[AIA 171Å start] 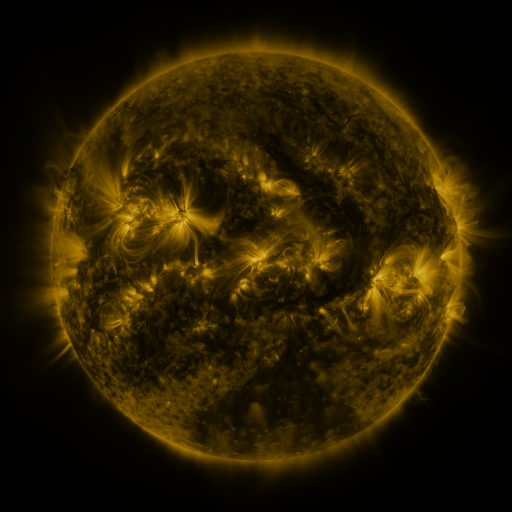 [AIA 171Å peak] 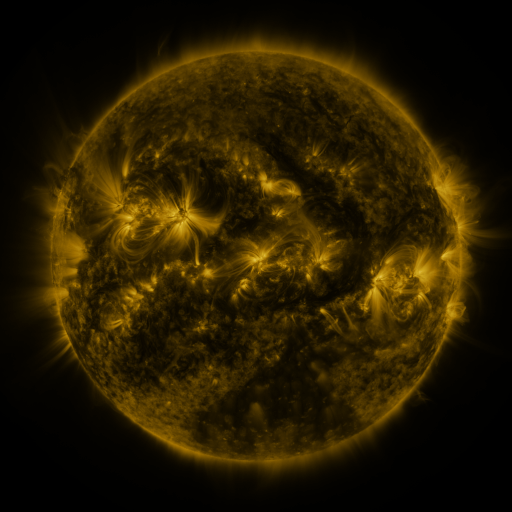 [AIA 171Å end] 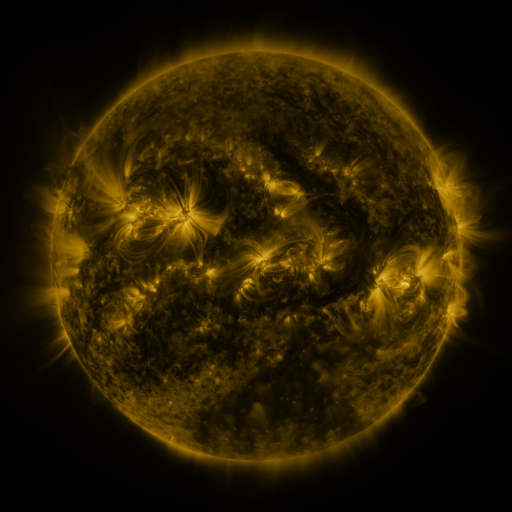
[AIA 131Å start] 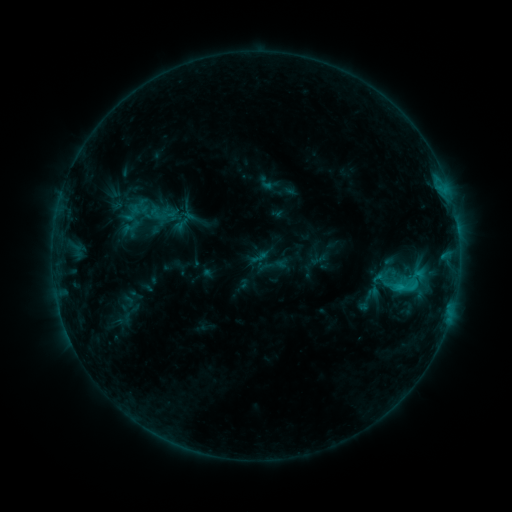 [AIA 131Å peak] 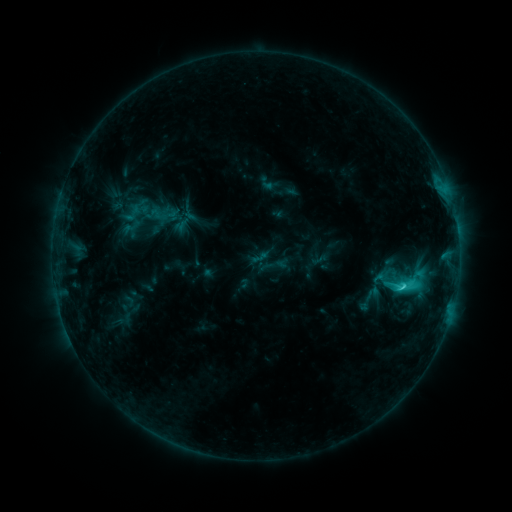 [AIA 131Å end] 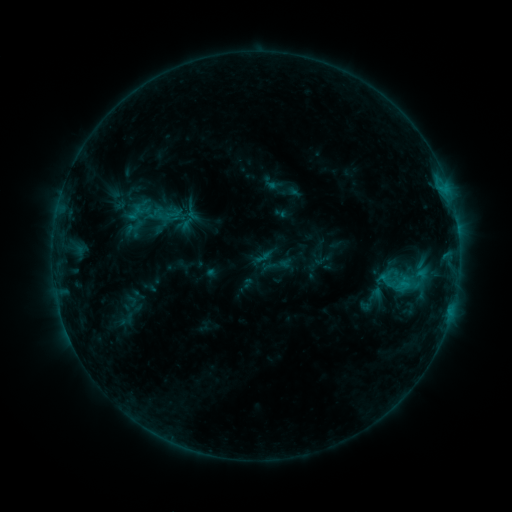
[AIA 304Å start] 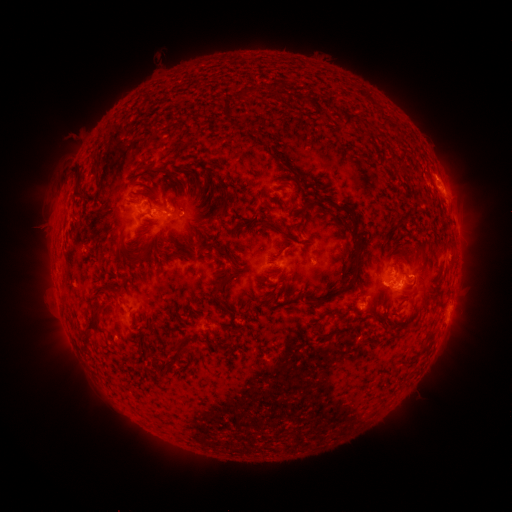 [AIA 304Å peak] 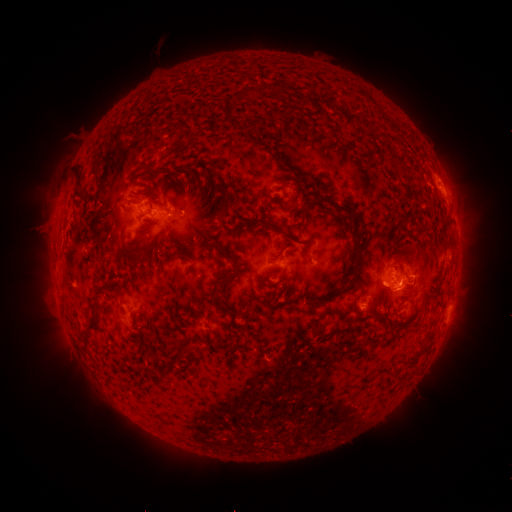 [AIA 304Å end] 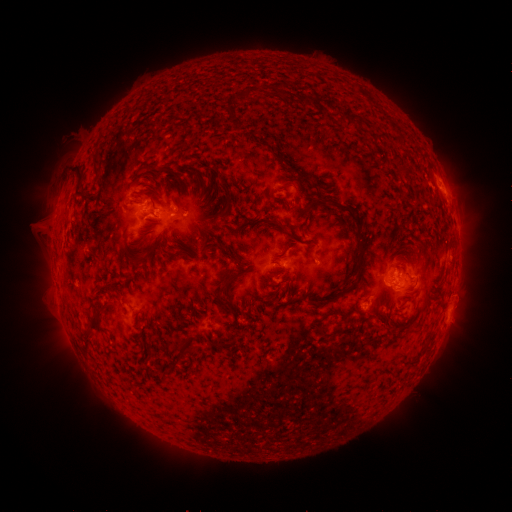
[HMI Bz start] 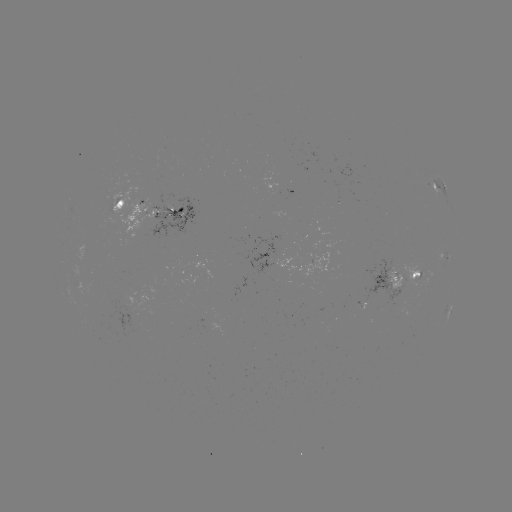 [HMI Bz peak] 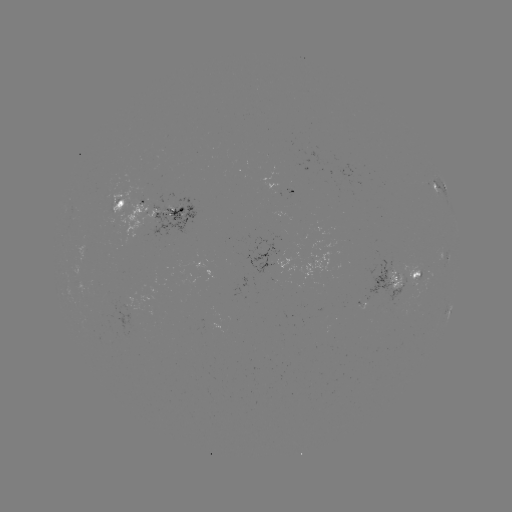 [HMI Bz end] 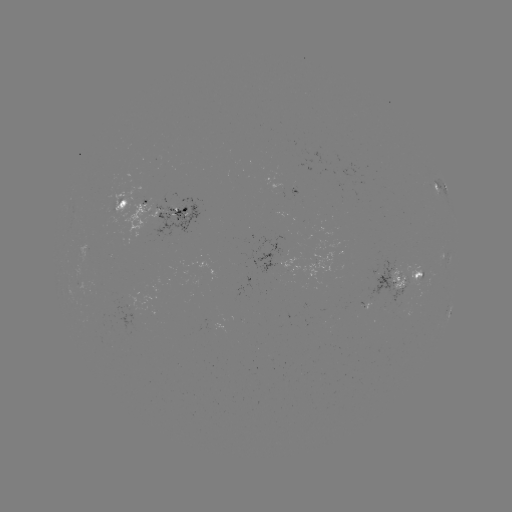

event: flare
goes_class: C2.8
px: (401, 283)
